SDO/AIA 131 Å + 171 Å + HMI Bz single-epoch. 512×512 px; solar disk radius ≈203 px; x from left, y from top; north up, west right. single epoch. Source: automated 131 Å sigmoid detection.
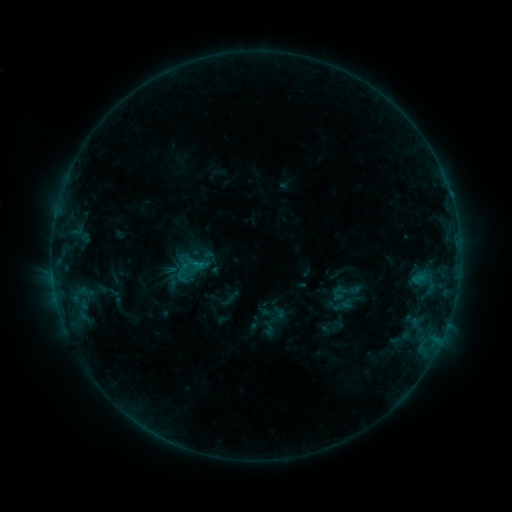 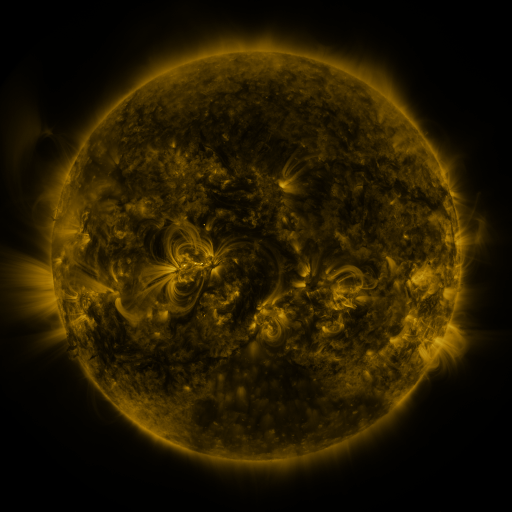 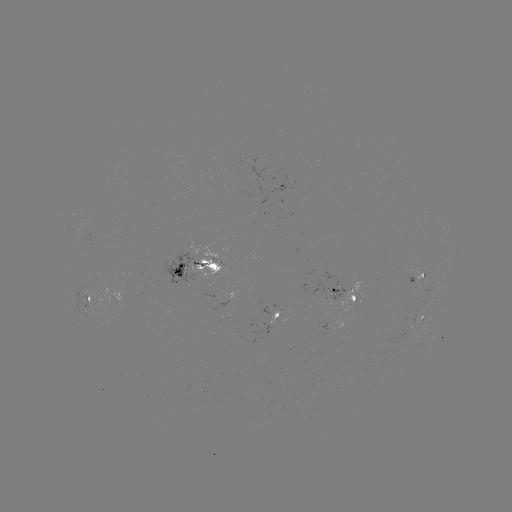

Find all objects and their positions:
sigmoid: [329, 274, 362, 309]
